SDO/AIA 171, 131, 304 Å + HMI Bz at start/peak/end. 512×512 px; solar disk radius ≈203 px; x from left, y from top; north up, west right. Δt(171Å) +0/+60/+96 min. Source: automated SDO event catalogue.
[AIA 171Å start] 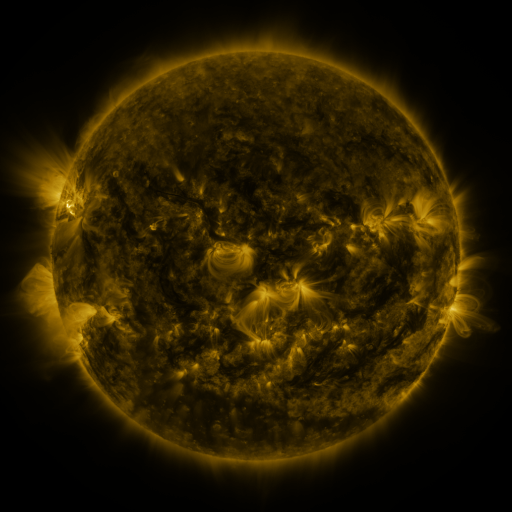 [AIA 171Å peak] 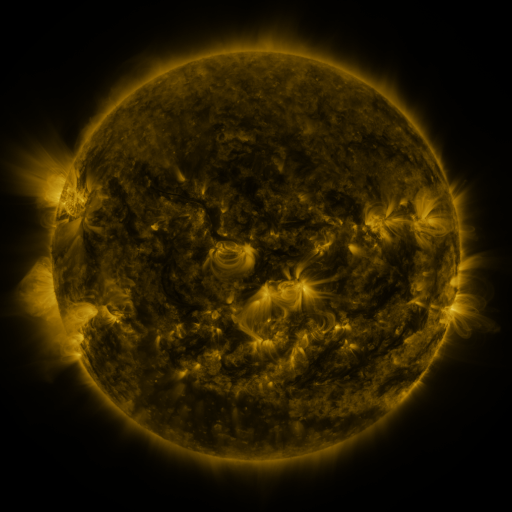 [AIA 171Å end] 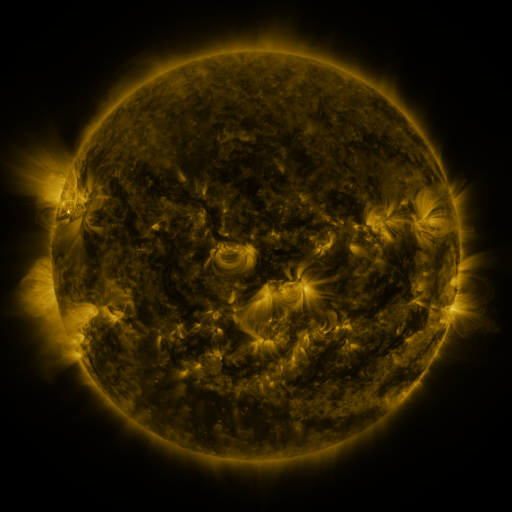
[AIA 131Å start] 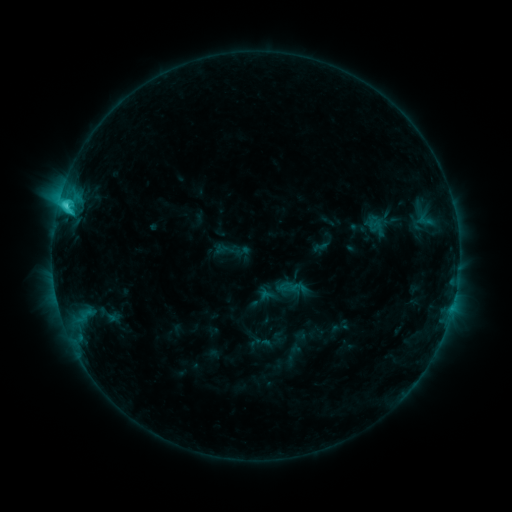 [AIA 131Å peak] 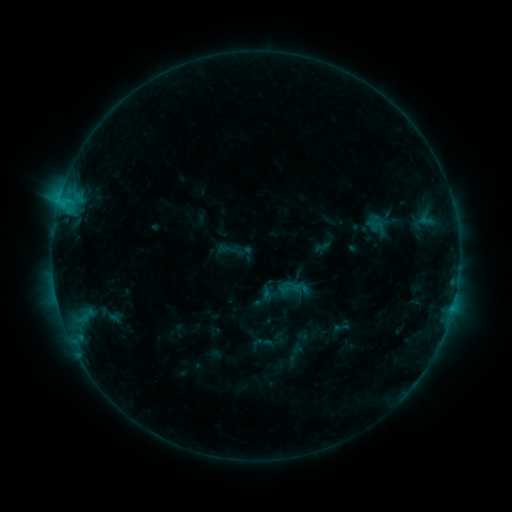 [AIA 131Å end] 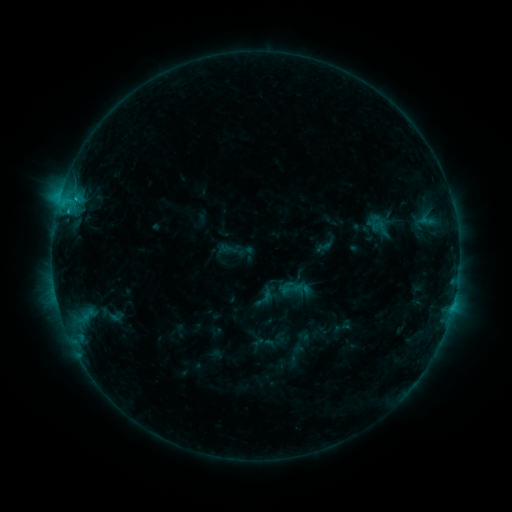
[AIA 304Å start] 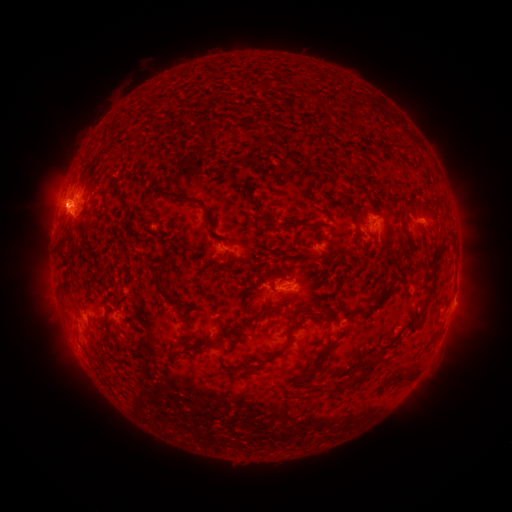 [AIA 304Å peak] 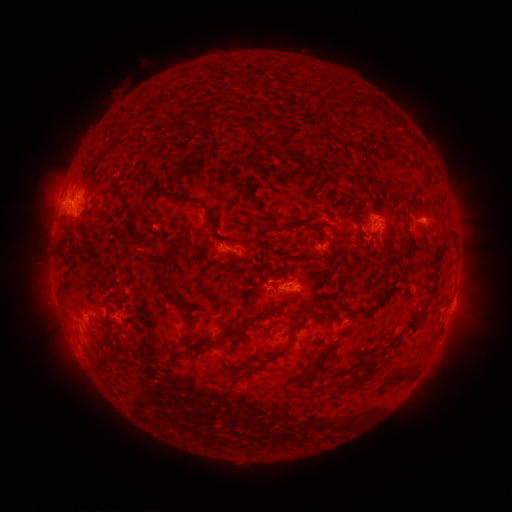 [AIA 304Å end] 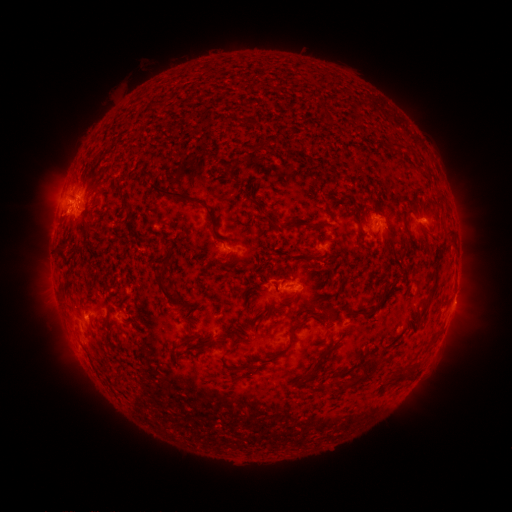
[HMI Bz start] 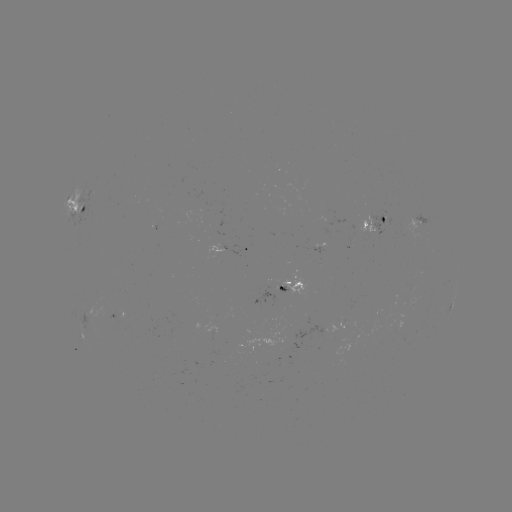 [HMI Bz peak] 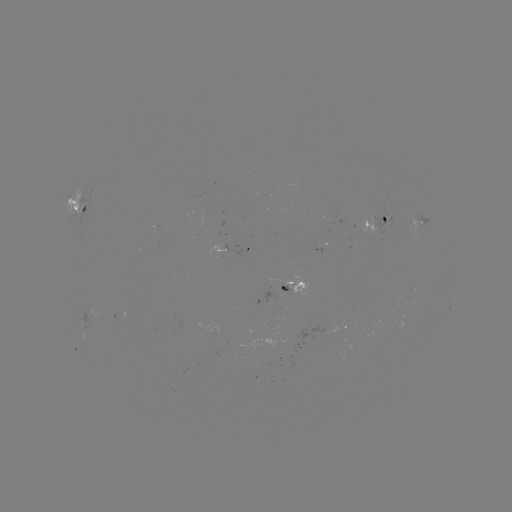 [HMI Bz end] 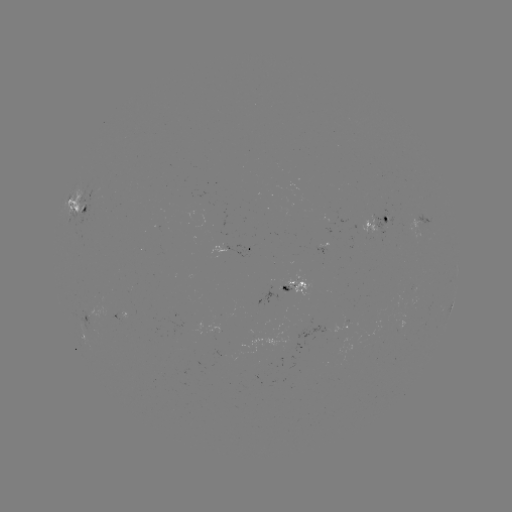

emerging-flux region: <bbox>209, 350, 225, 357</bbox>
